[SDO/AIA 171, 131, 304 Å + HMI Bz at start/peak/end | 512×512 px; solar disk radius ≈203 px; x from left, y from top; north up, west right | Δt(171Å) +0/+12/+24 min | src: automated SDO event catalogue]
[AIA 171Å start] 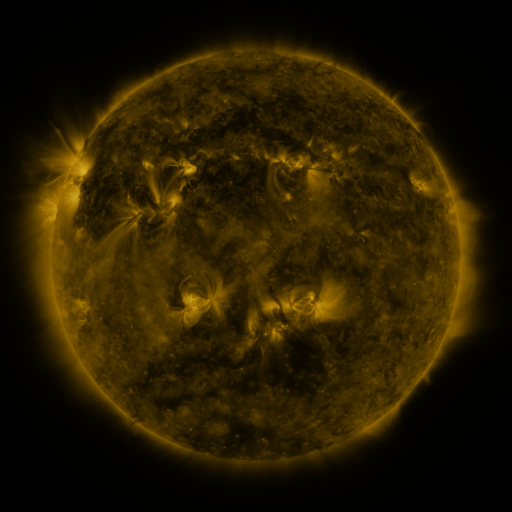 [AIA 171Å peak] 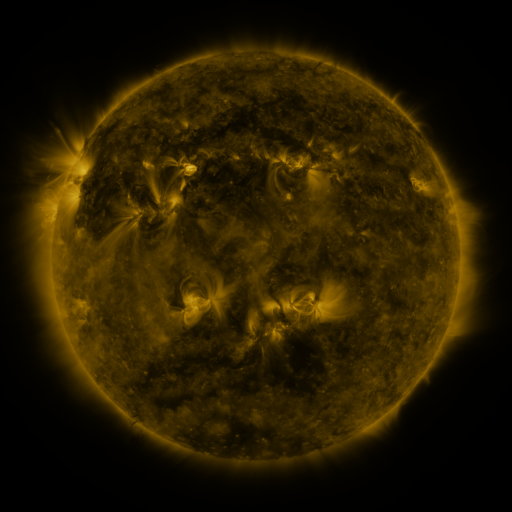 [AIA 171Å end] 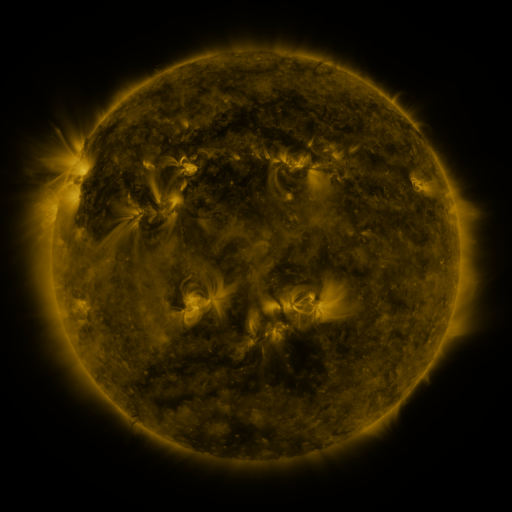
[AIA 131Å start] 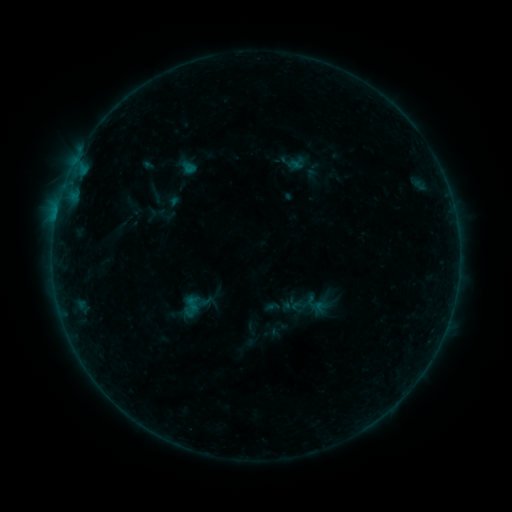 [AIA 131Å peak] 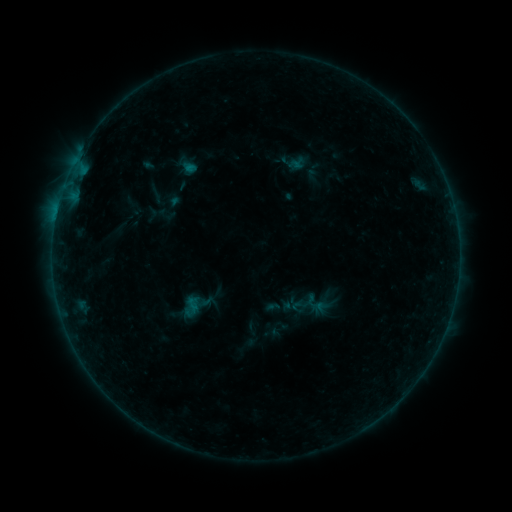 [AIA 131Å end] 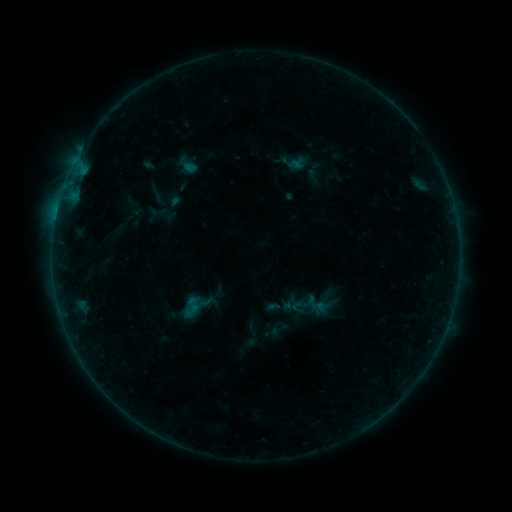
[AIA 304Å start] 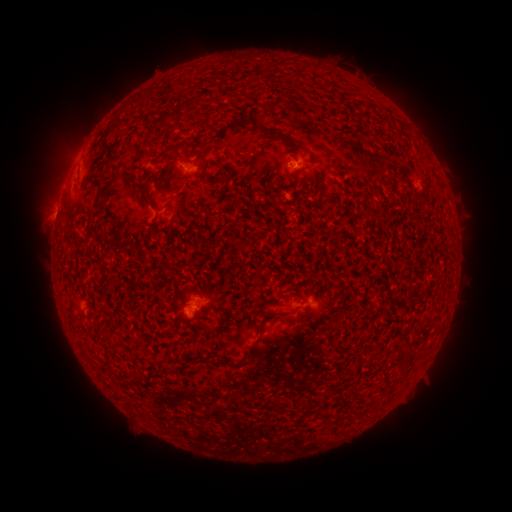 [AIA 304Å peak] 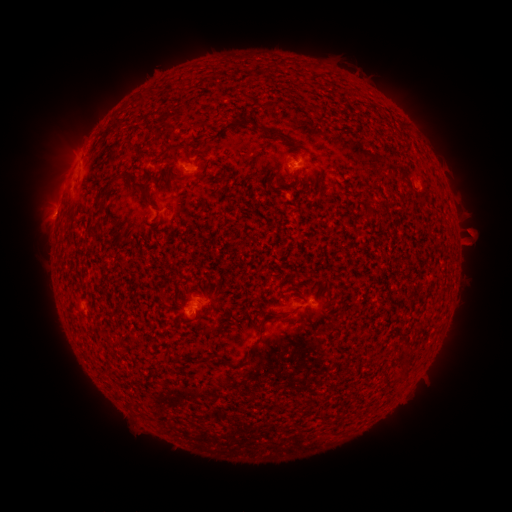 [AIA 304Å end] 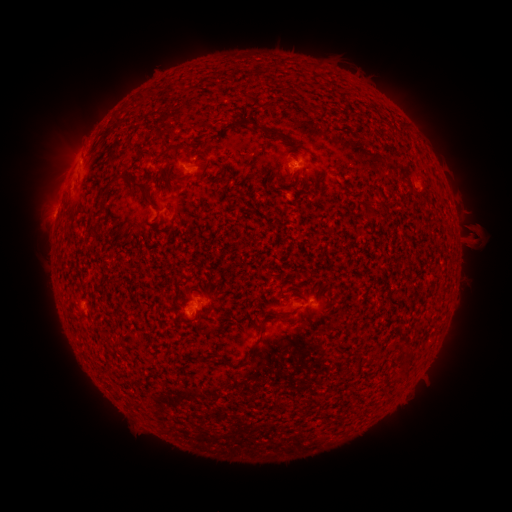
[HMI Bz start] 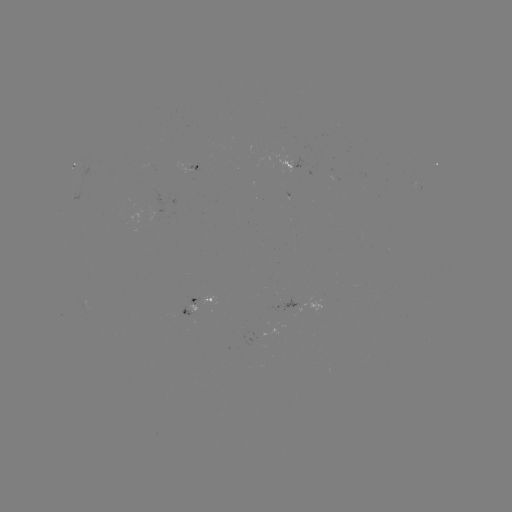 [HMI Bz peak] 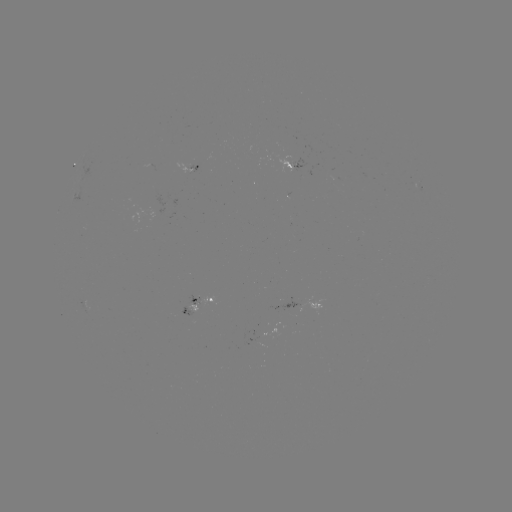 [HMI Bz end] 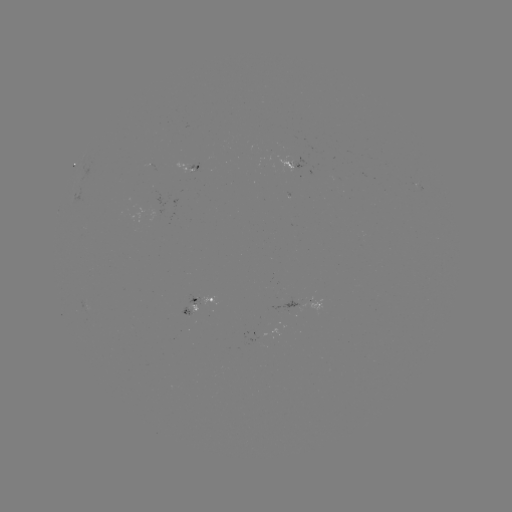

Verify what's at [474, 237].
eruption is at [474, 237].